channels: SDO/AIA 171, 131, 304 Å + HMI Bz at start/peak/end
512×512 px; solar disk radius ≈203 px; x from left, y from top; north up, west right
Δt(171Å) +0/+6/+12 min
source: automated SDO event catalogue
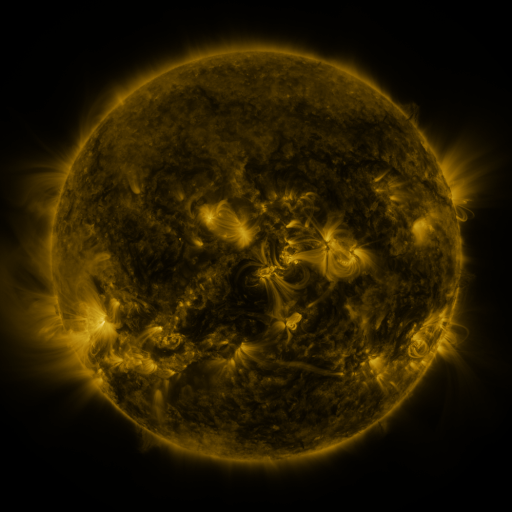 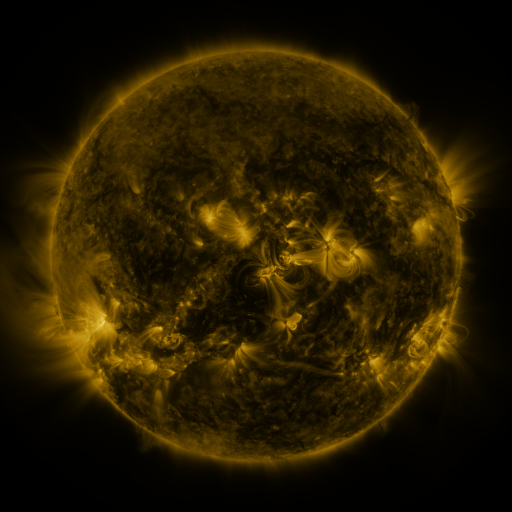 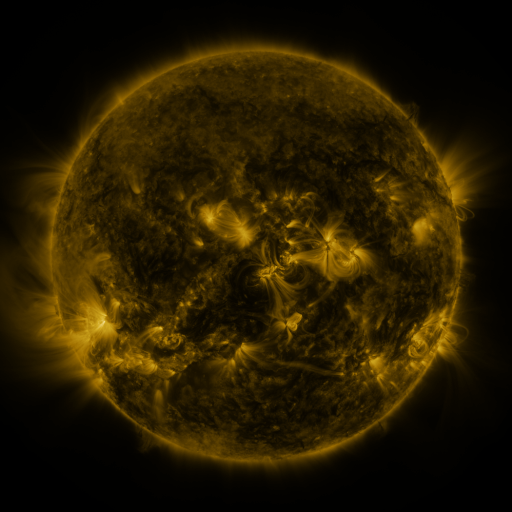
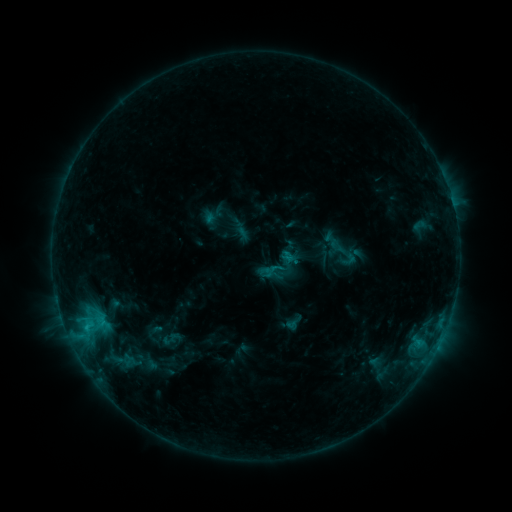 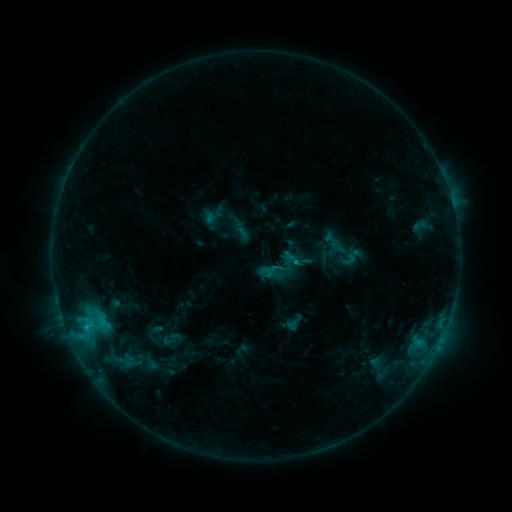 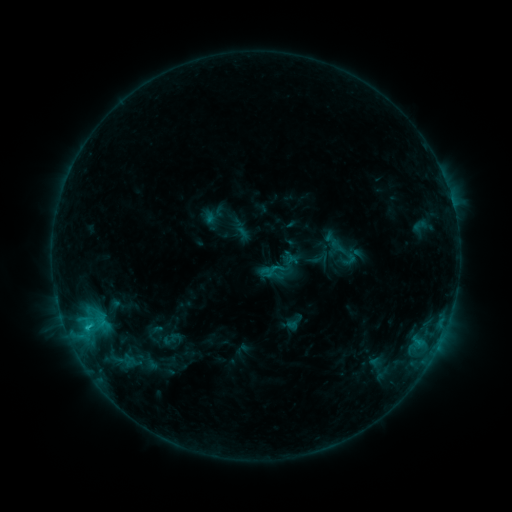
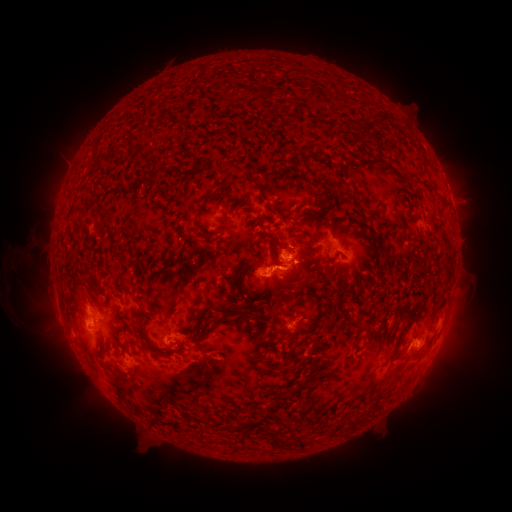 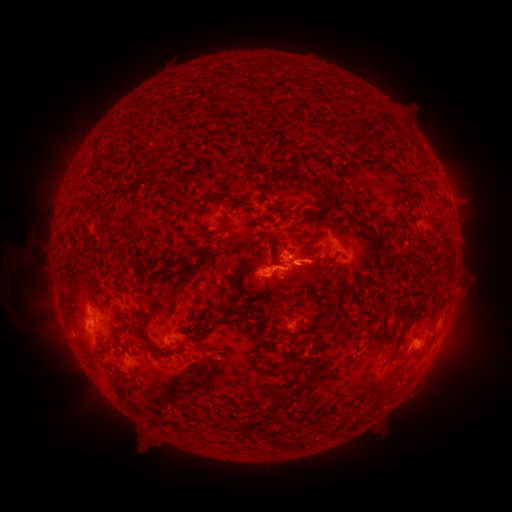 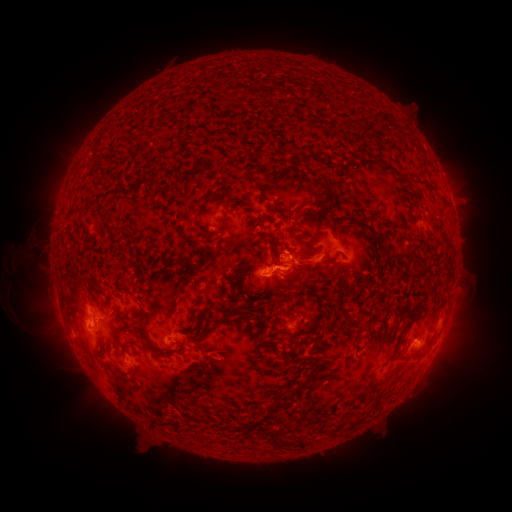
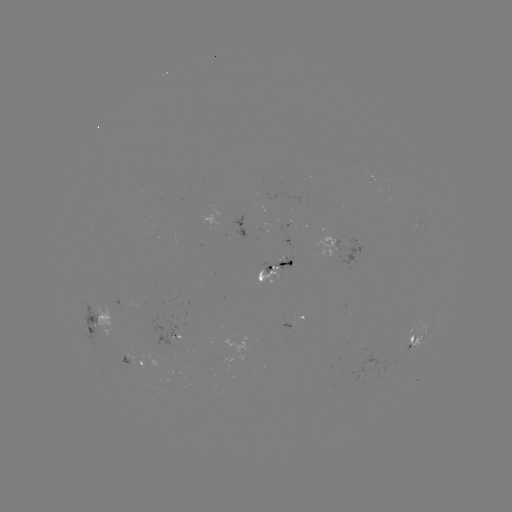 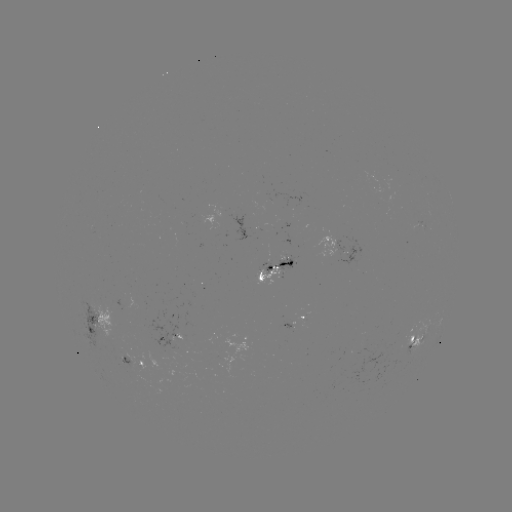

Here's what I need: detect eruption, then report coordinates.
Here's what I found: eruption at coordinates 308,269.